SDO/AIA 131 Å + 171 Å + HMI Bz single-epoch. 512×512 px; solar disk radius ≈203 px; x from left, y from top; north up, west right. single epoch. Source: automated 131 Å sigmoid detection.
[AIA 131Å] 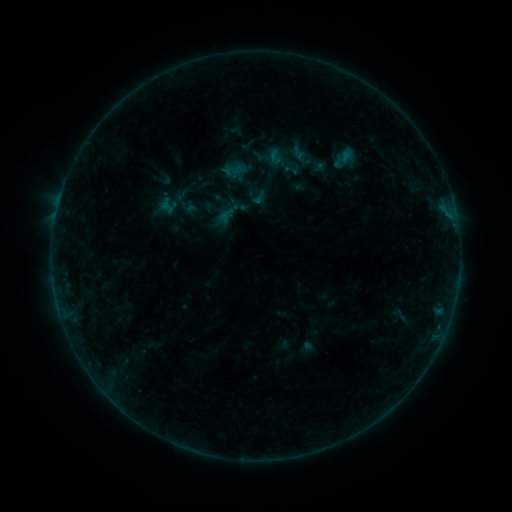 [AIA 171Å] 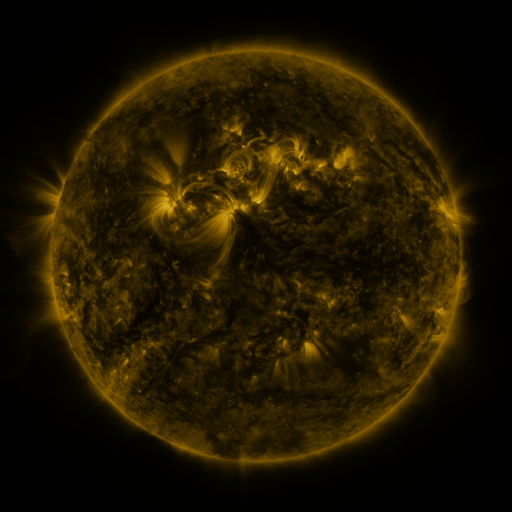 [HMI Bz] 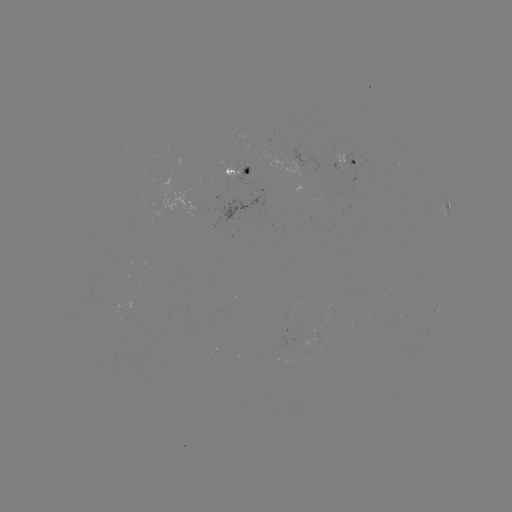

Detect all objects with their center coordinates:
sigmoid: (292, 170)
sigmoid: (226, 214)
